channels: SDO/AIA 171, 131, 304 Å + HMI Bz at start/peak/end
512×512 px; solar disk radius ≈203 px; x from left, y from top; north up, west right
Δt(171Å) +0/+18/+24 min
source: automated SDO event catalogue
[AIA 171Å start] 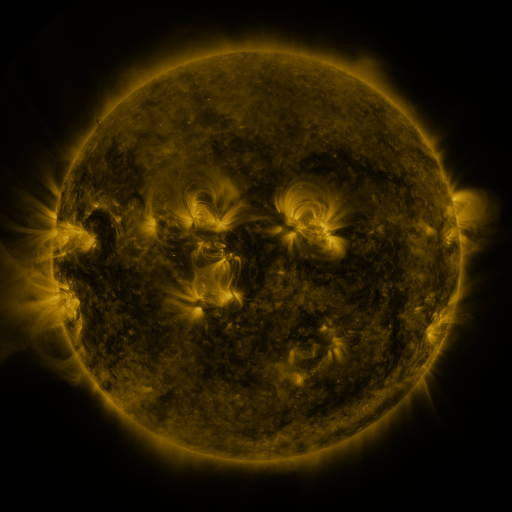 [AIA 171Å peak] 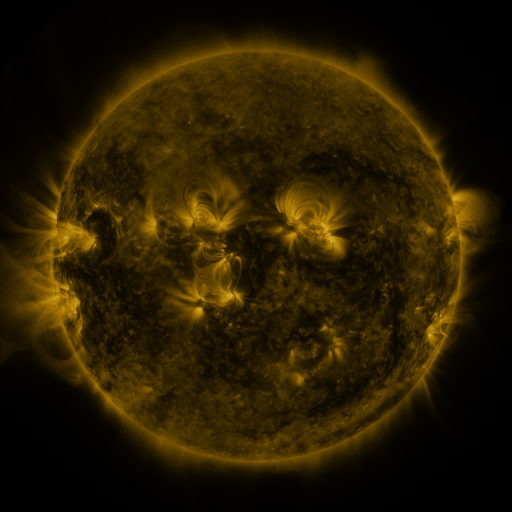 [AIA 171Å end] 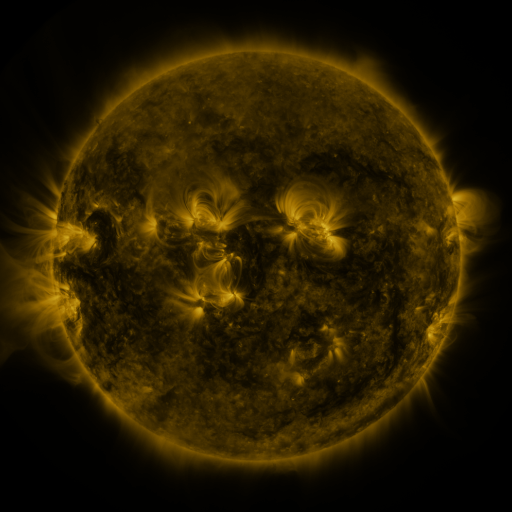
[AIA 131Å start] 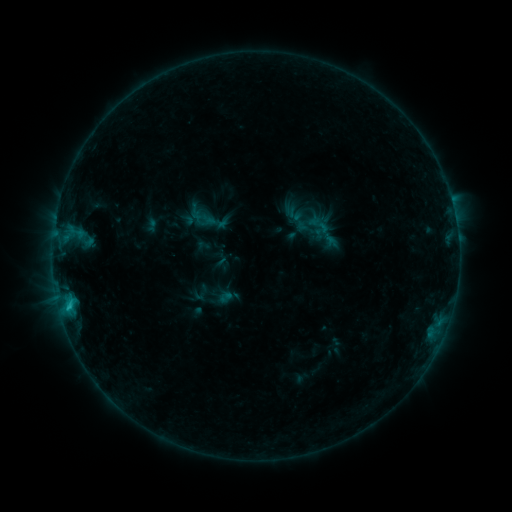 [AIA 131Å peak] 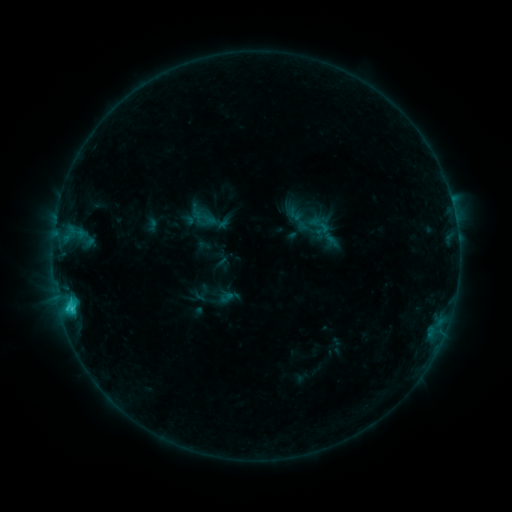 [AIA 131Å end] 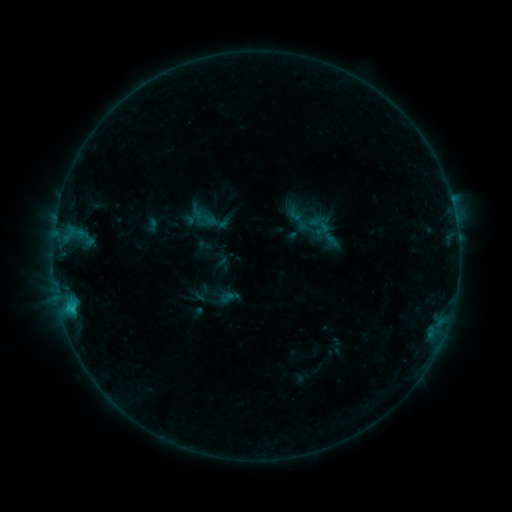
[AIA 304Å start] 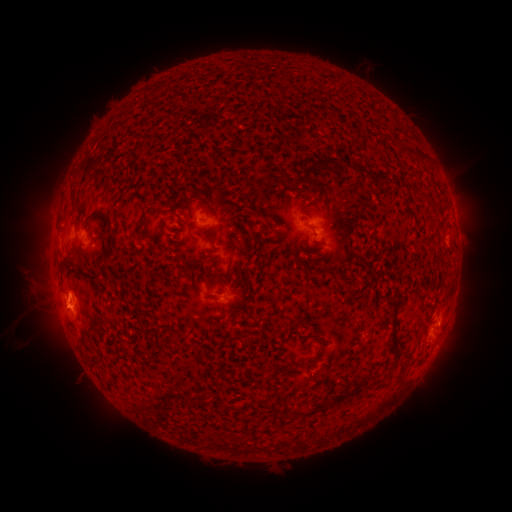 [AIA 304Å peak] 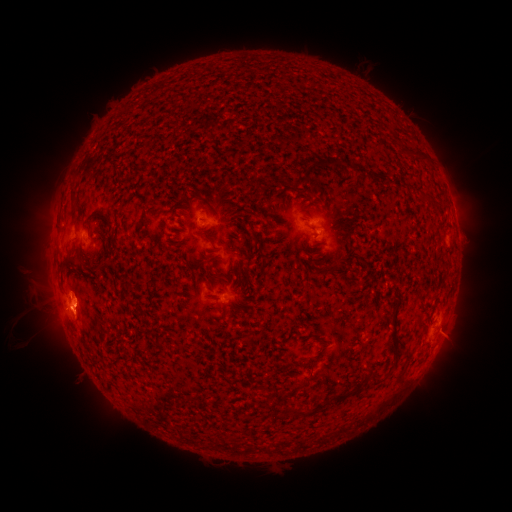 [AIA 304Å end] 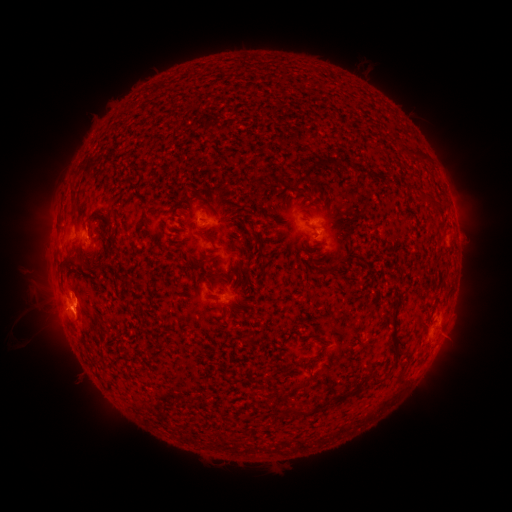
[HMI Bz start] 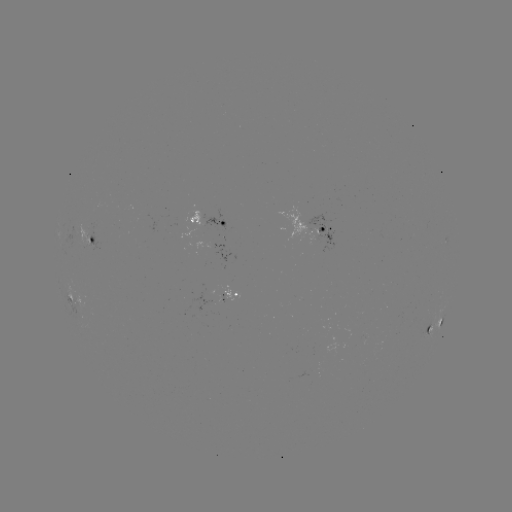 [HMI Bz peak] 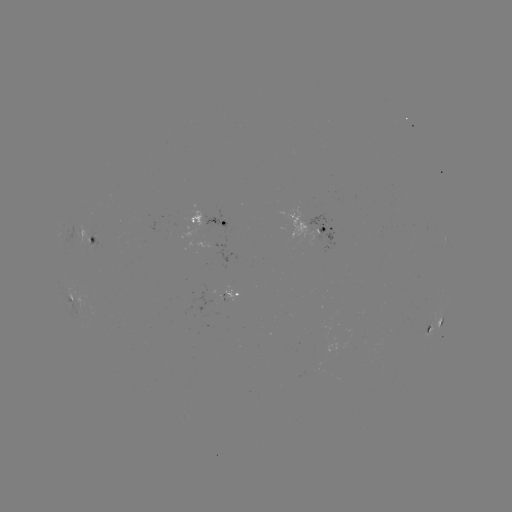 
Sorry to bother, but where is C1.8 flare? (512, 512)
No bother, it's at (72, 307).